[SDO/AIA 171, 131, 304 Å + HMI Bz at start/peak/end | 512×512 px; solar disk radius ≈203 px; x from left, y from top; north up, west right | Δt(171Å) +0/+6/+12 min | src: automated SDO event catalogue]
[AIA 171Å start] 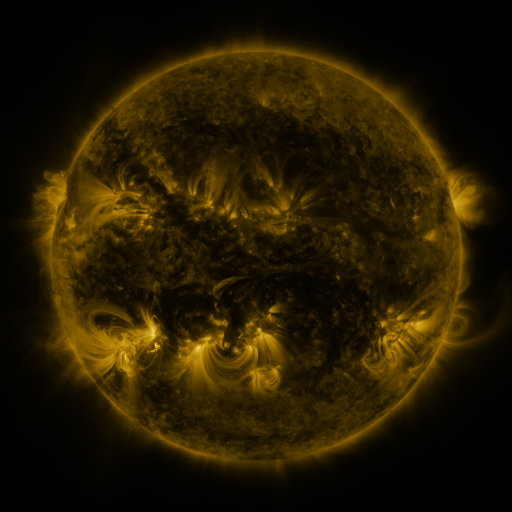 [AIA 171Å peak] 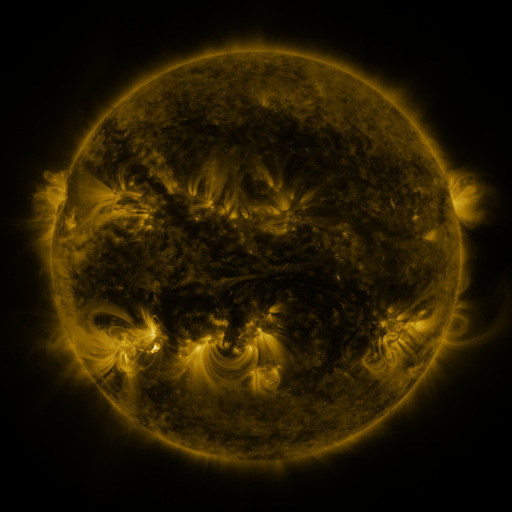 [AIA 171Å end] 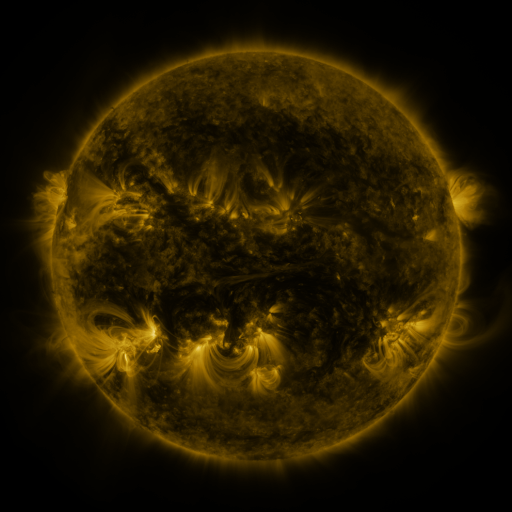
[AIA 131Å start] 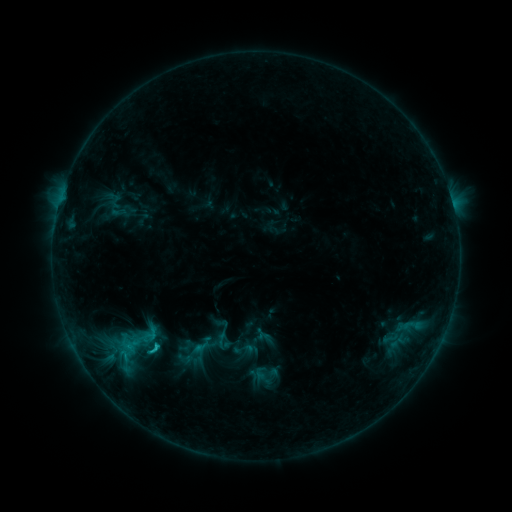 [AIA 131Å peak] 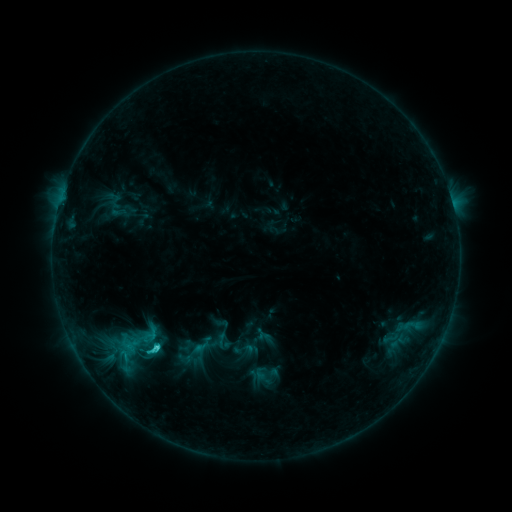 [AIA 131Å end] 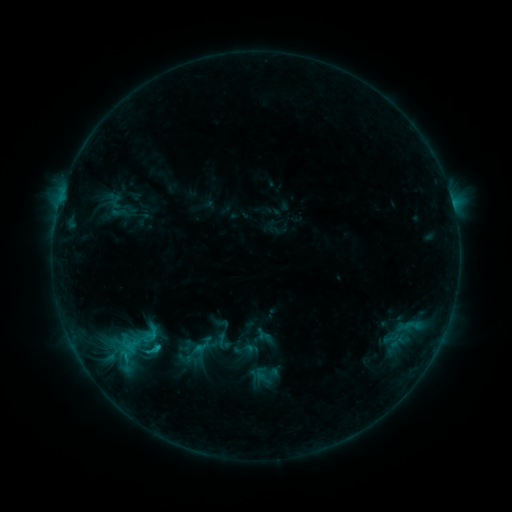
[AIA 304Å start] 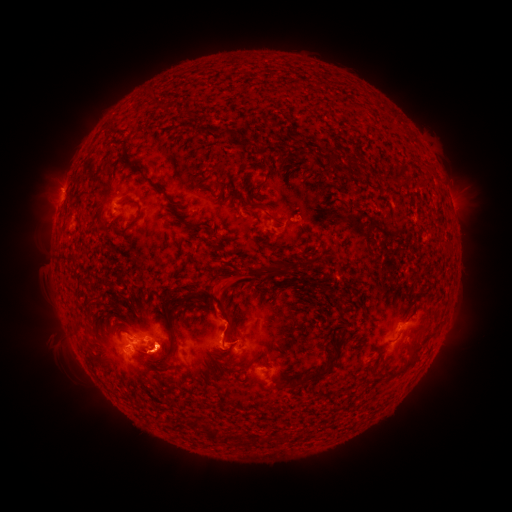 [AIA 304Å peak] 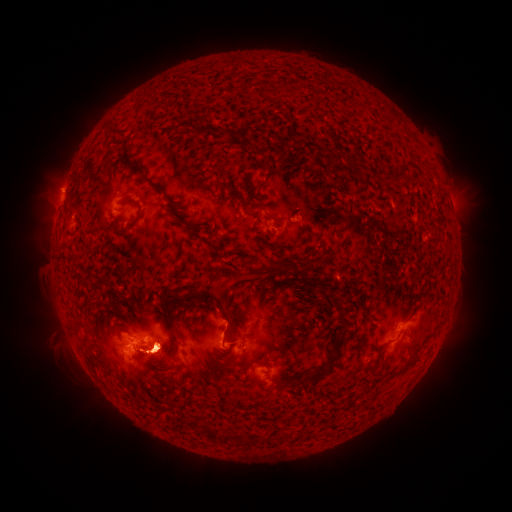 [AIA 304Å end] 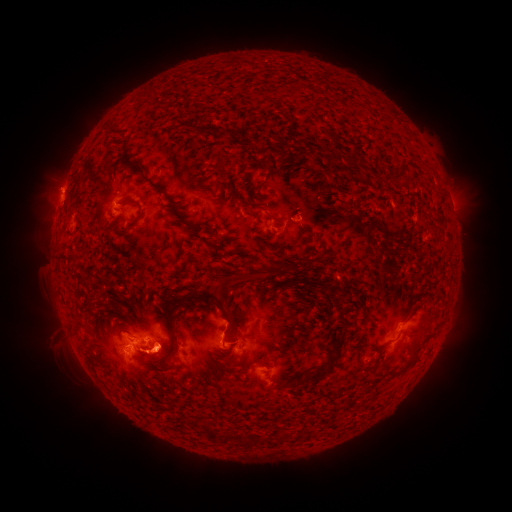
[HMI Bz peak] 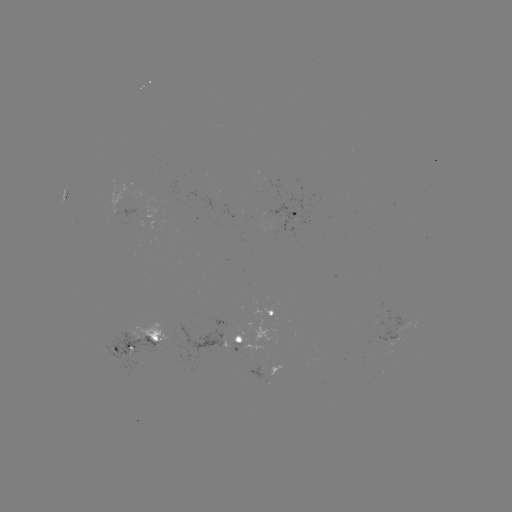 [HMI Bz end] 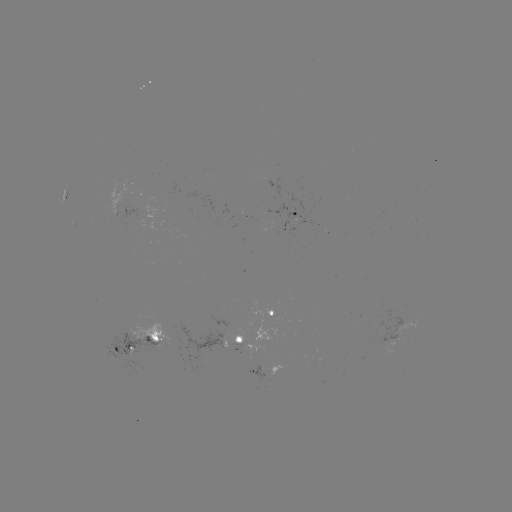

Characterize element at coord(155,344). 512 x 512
C1.9 flare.